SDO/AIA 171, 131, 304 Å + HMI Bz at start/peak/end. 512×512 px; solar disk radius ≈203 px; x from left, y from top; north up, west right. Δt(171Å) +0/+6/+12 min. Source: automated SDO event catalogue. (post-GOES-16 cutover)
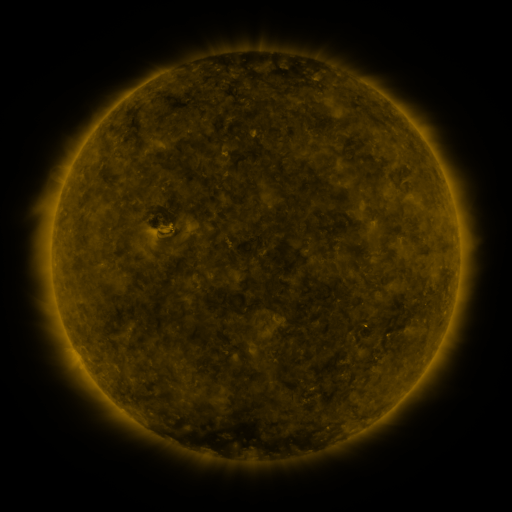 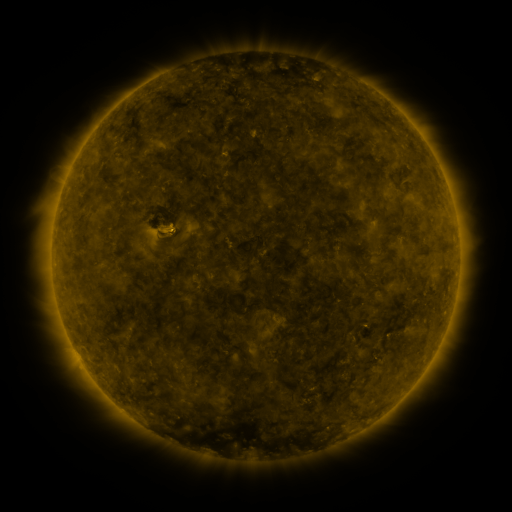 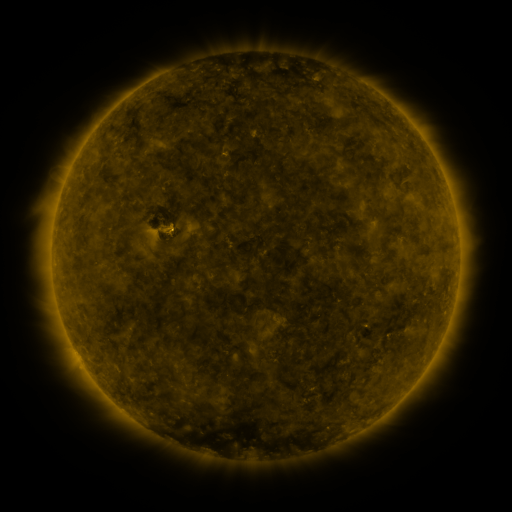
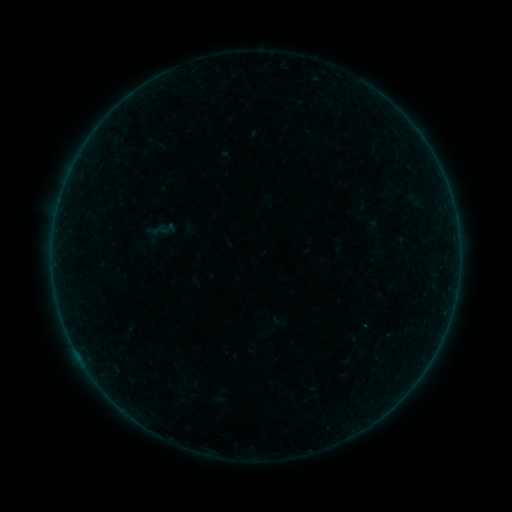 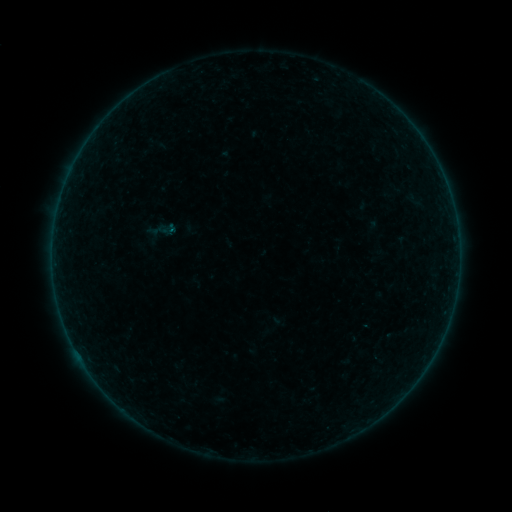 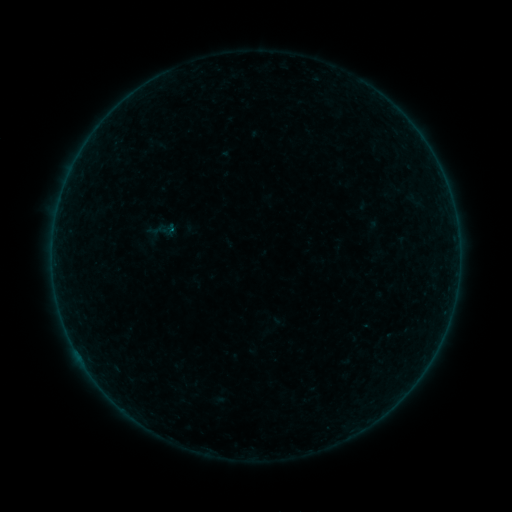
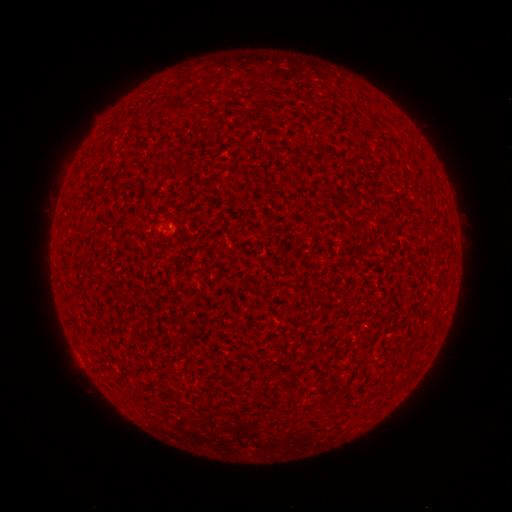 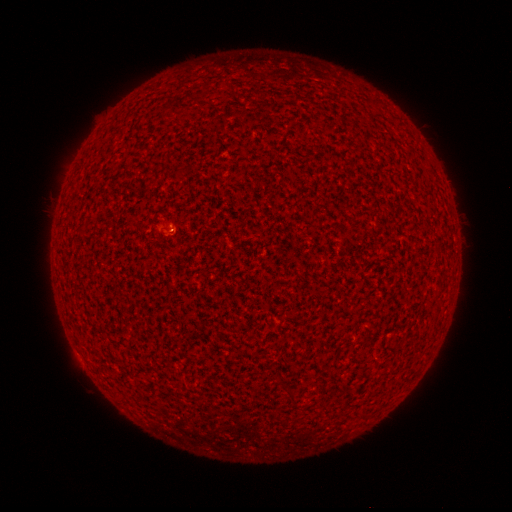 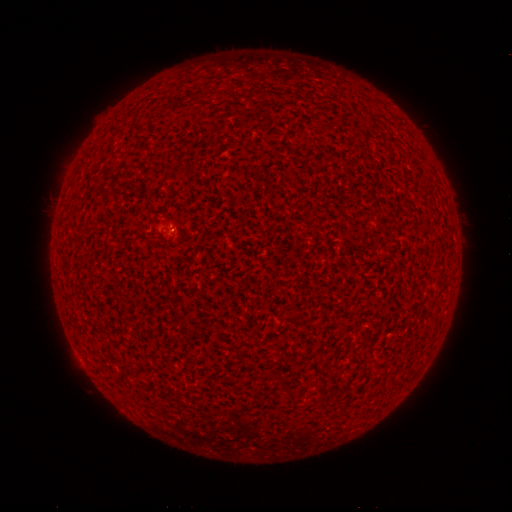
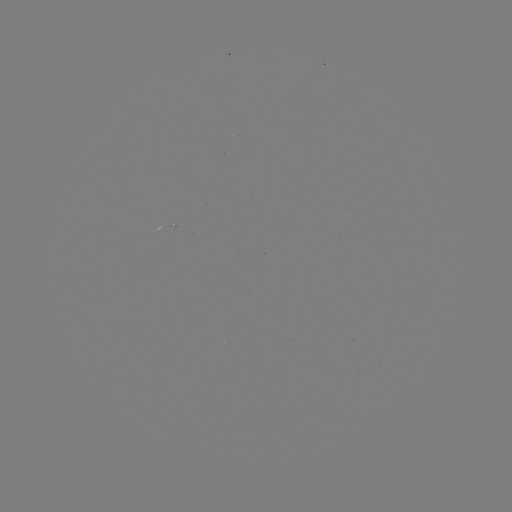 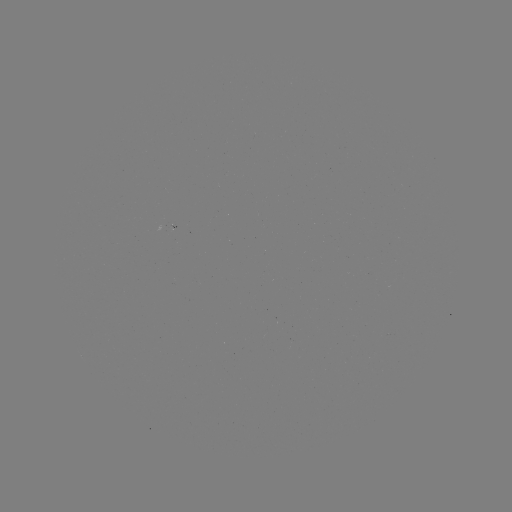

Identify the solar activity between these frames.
B1.1 flare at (173, 231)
